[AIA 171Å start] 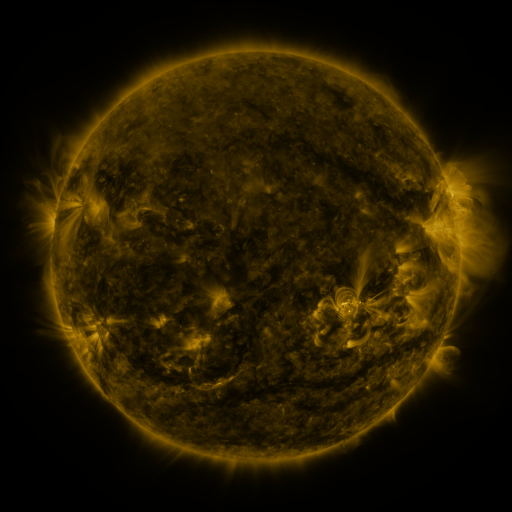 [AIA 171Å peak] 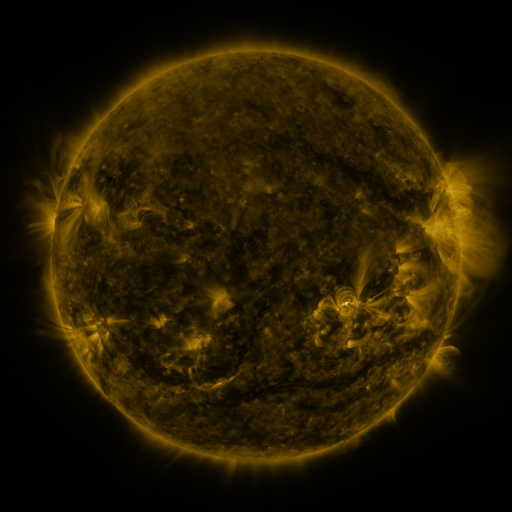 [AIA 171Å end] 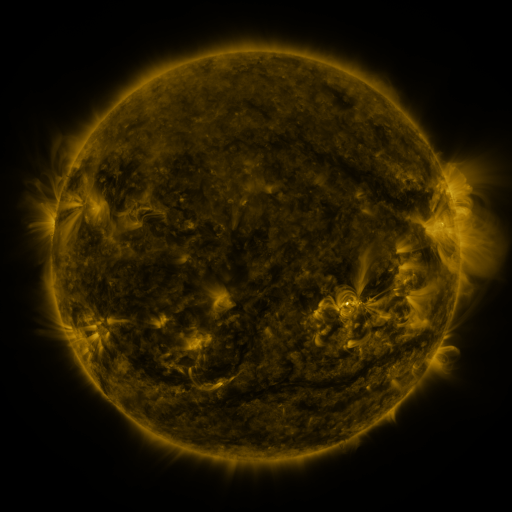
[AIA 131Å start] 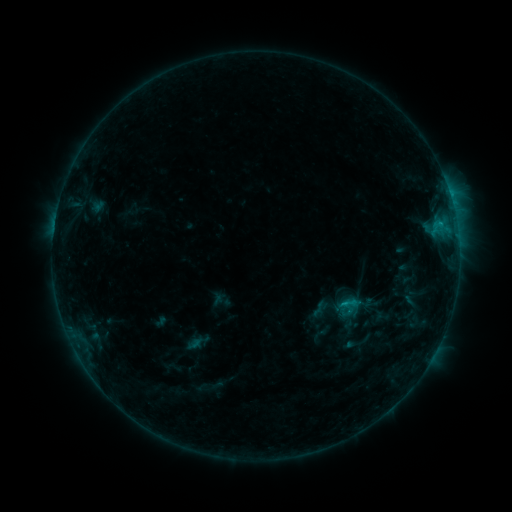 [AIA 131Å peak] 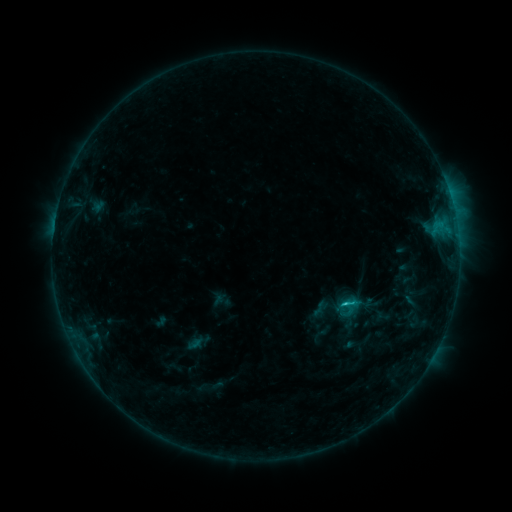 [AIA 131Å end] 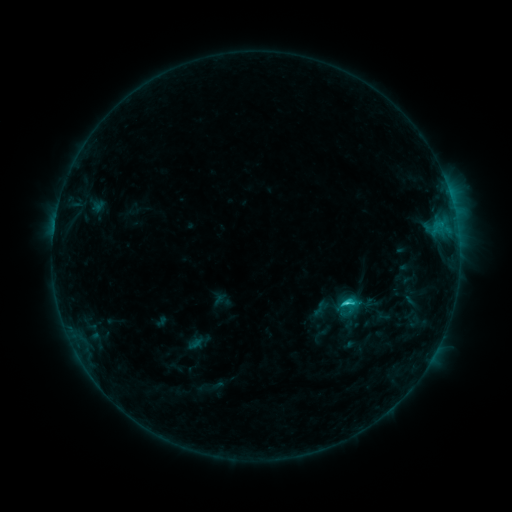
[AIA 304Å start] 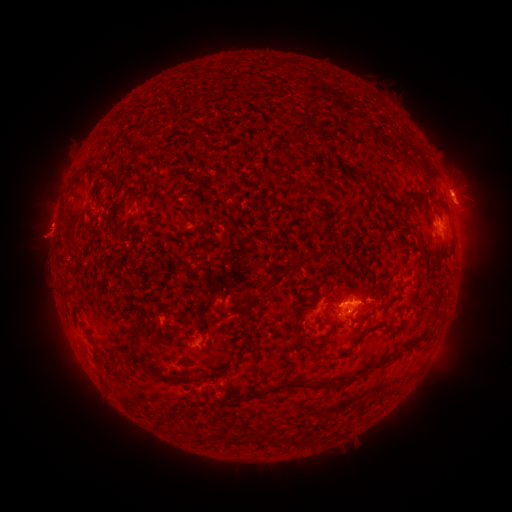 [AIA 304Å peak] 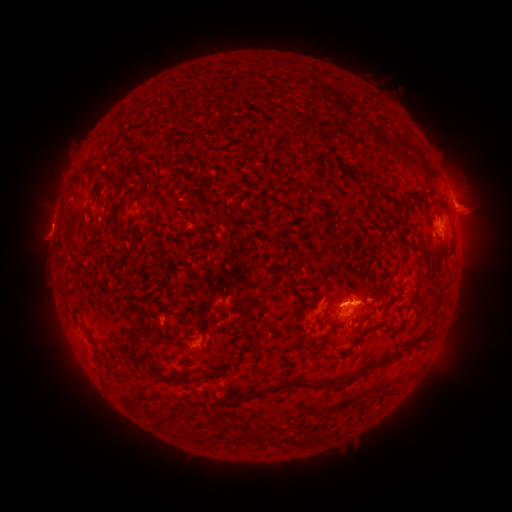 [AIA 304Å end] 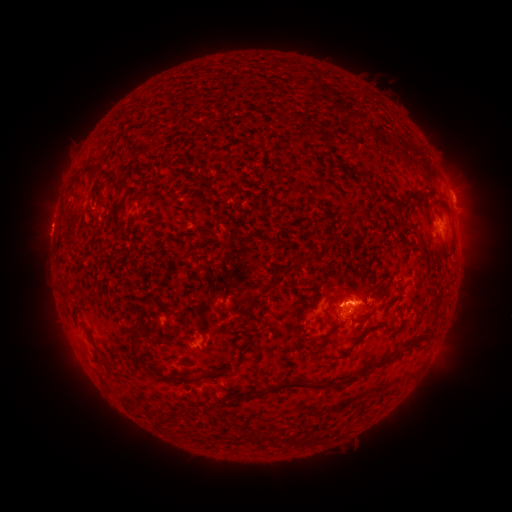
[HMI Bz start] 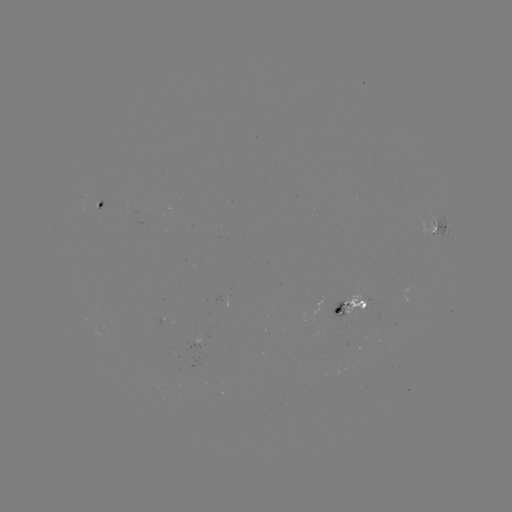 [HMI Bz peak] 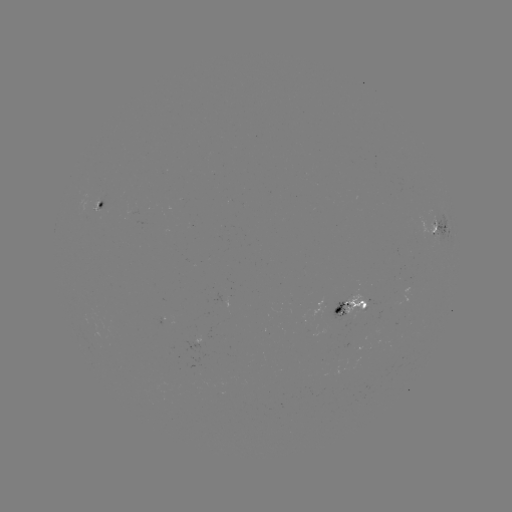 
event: eruption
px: (471, 207)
